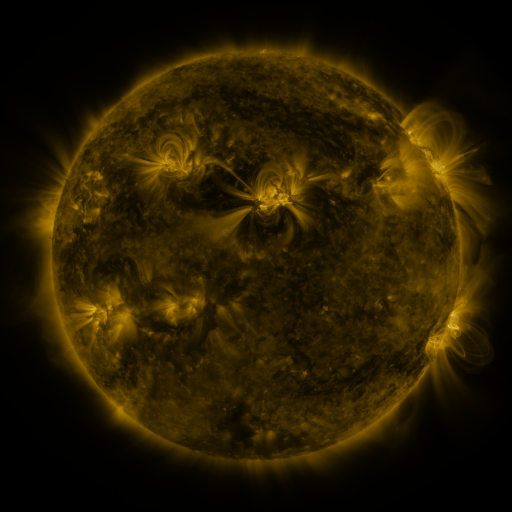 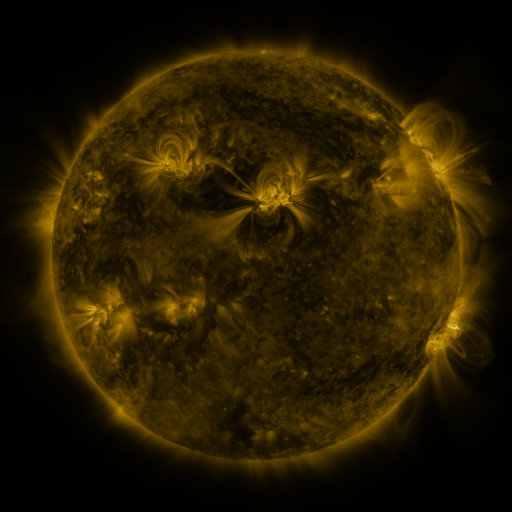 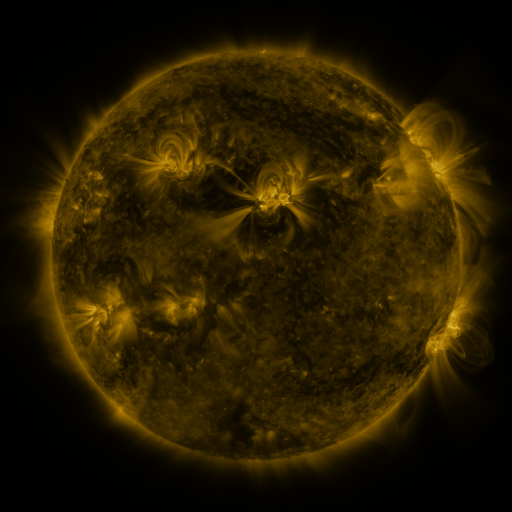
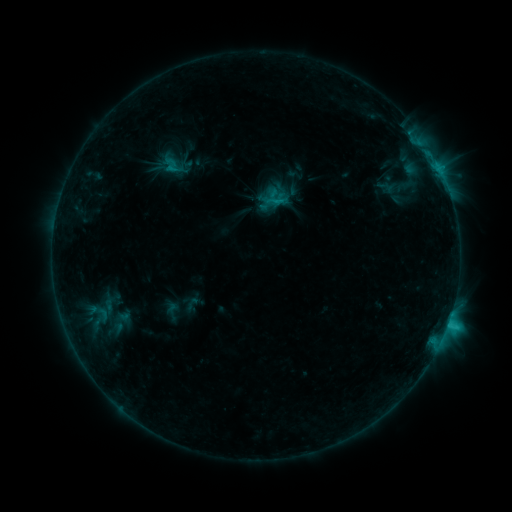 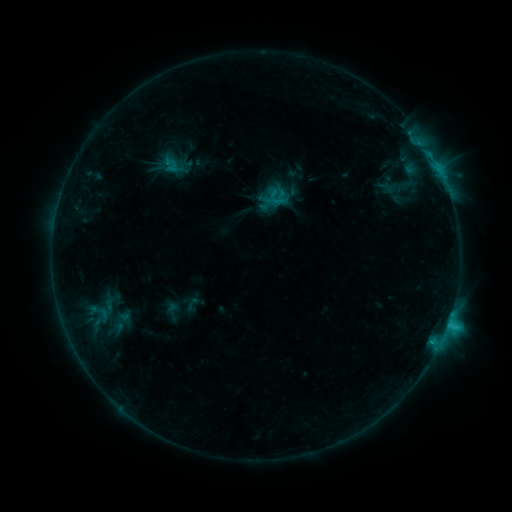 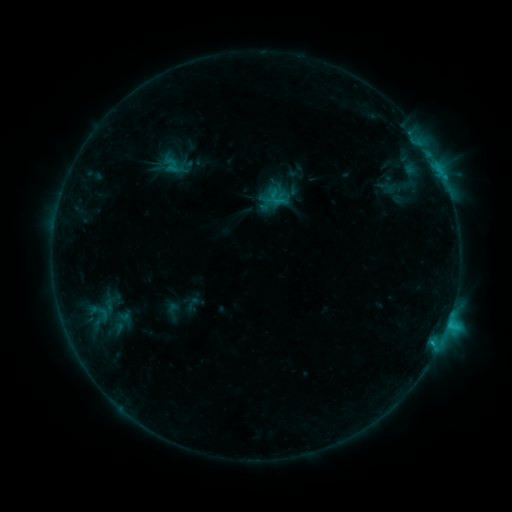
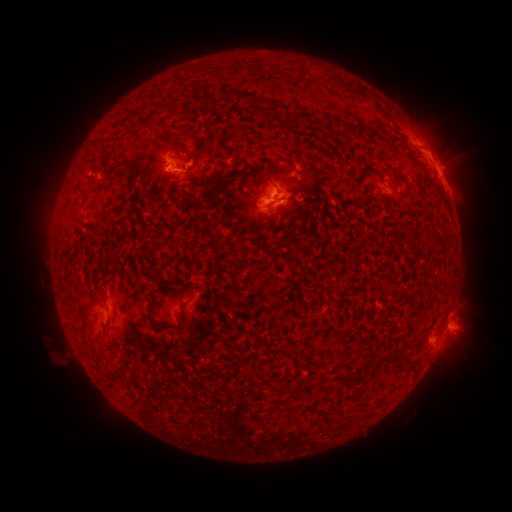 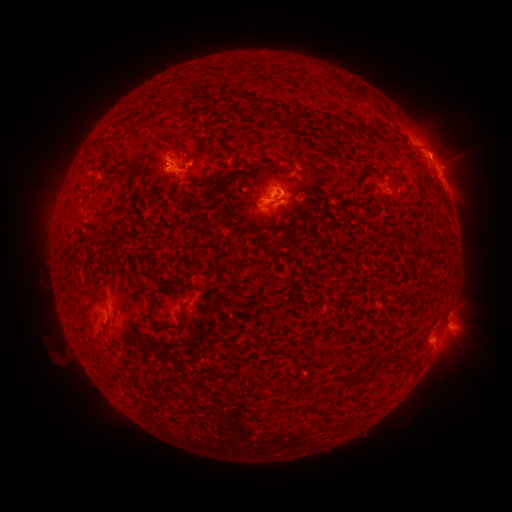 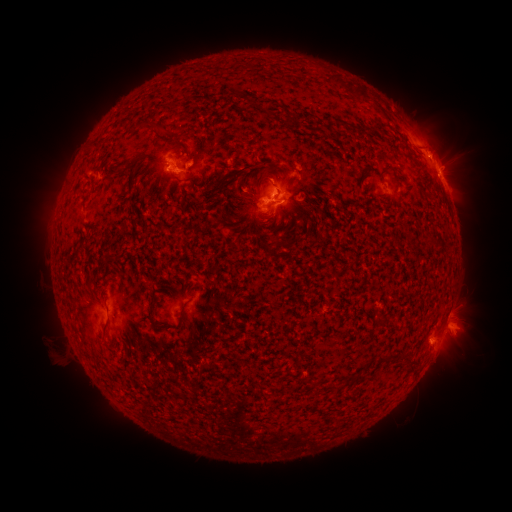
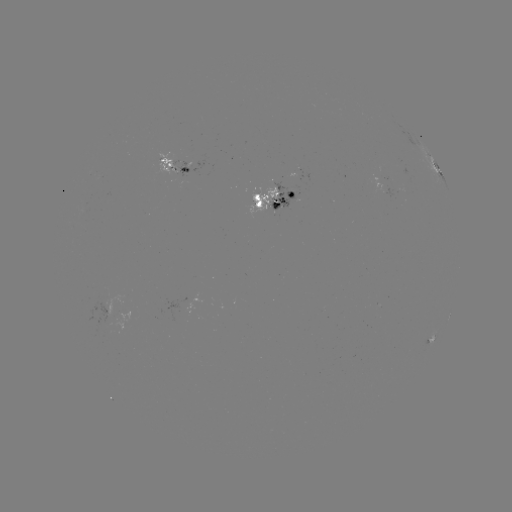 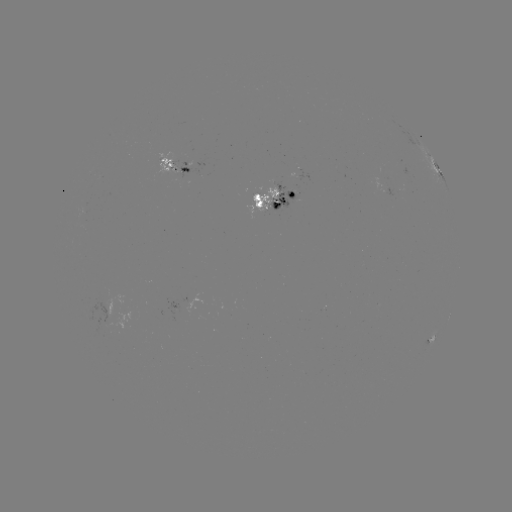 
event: eruption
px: (442, 143)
